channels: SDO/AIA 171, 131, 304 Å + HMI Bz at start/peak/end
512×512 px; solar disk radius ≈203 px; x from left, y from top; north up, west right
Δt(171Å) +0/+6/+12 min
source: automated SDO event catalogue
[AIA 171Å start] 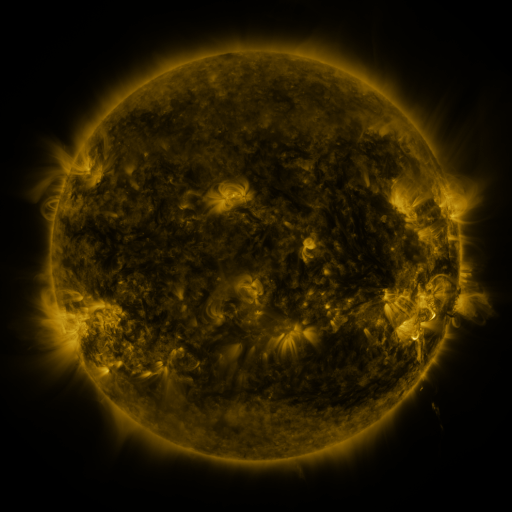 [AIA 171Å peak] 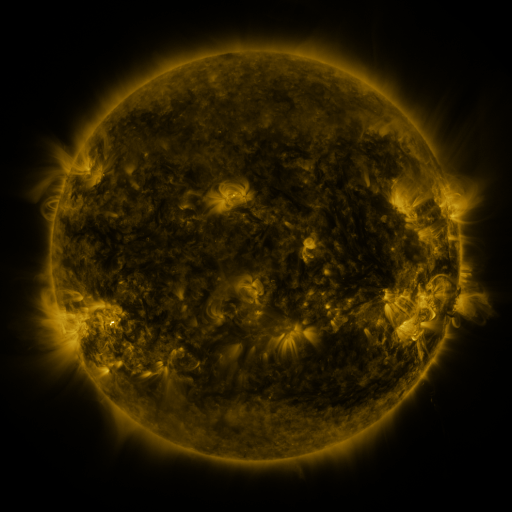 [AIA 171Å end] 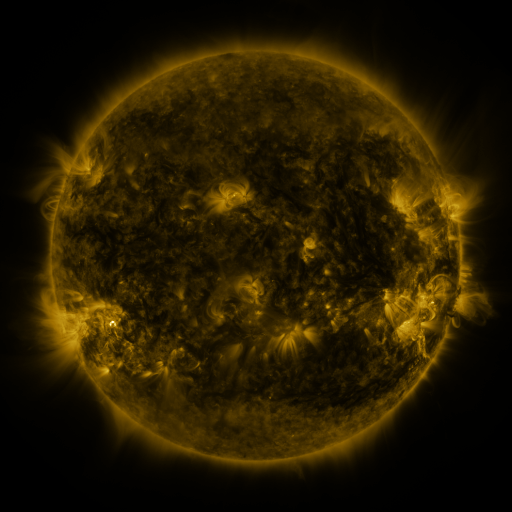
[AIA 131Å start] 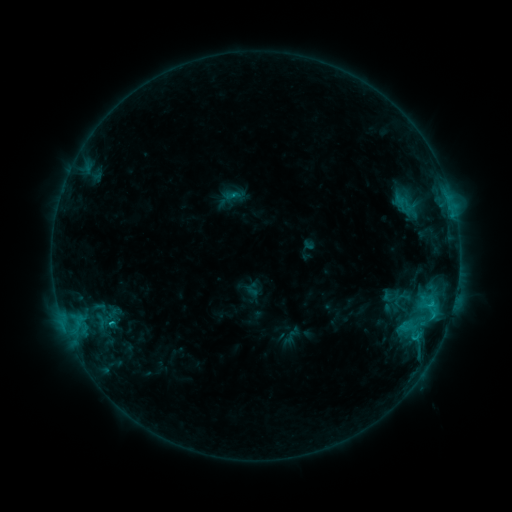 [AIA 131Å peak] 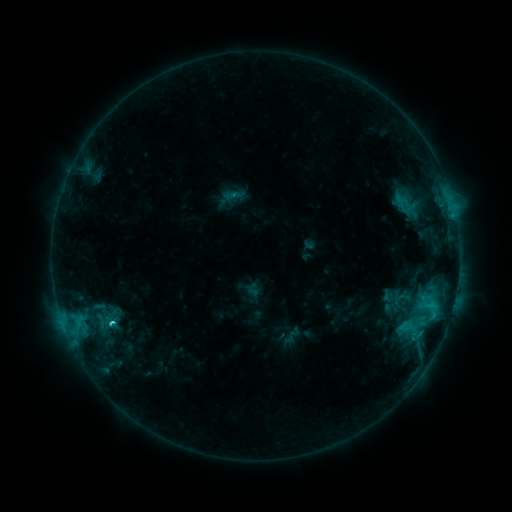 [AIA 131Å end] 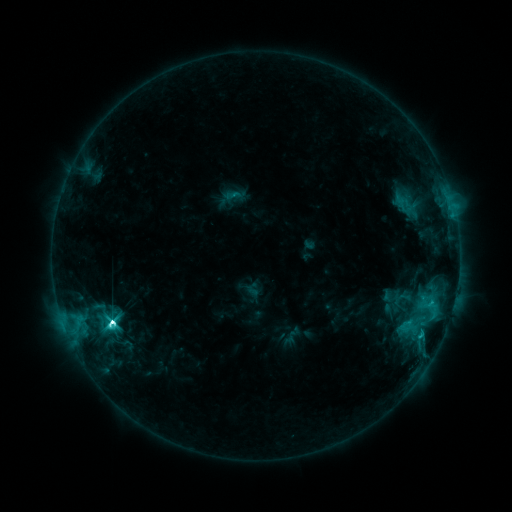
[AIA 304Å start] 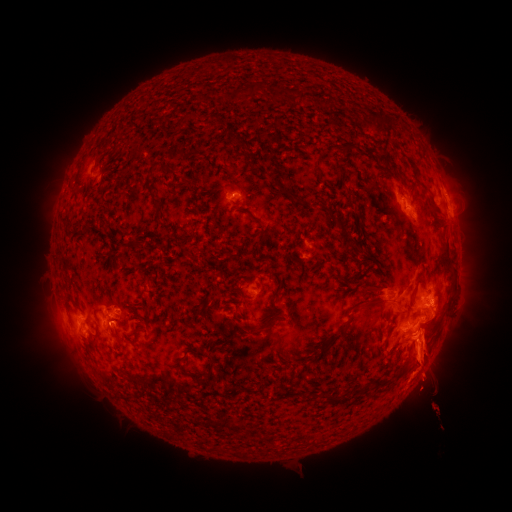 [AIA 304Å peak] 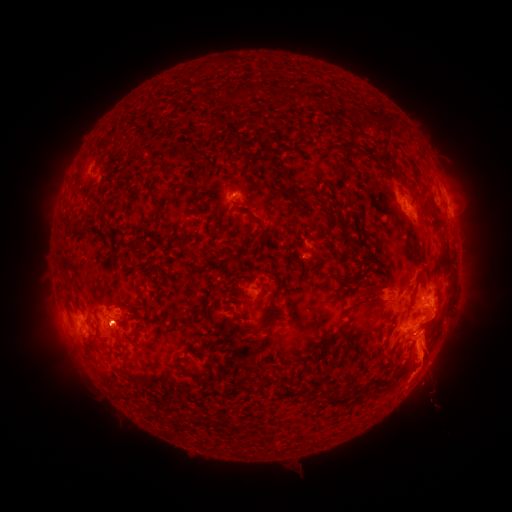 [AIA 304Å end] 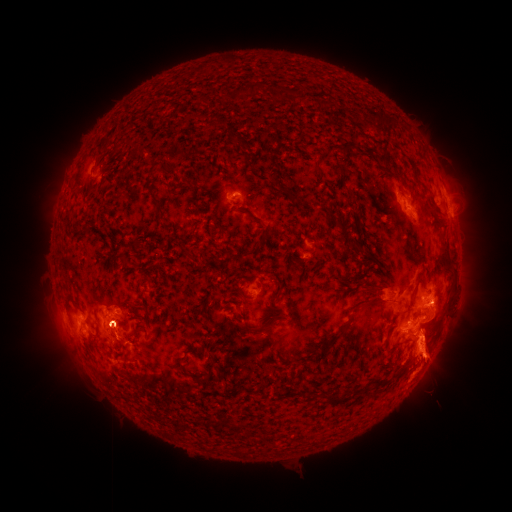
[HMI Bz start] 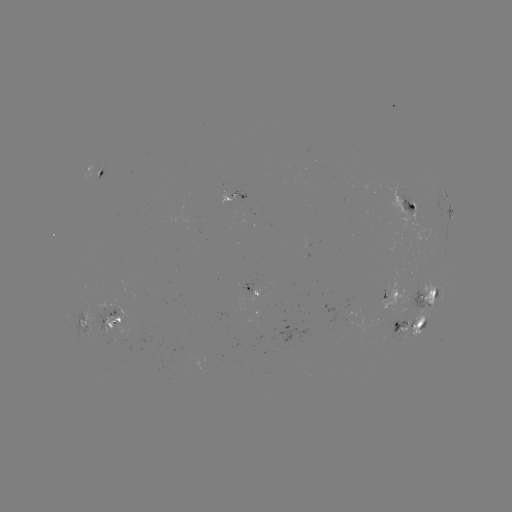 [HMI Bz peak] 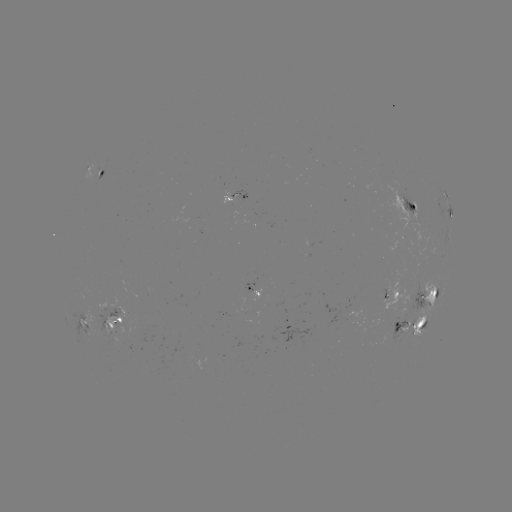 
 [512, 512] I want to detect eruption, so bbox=[26, 282, 151, 374].